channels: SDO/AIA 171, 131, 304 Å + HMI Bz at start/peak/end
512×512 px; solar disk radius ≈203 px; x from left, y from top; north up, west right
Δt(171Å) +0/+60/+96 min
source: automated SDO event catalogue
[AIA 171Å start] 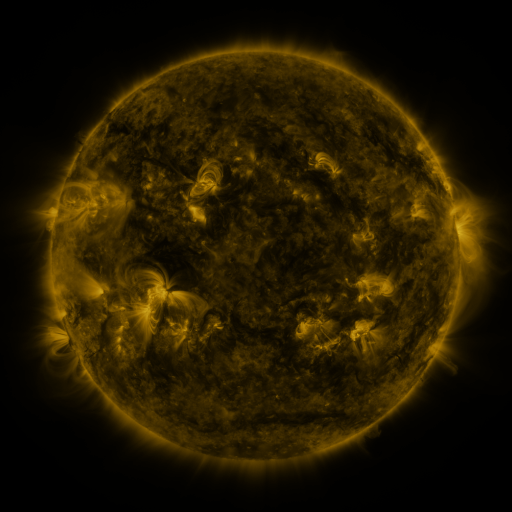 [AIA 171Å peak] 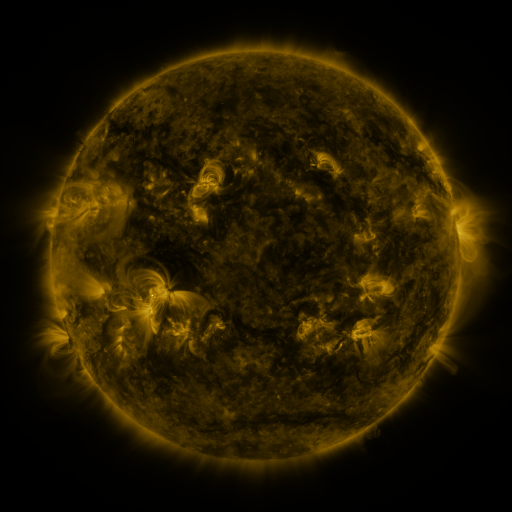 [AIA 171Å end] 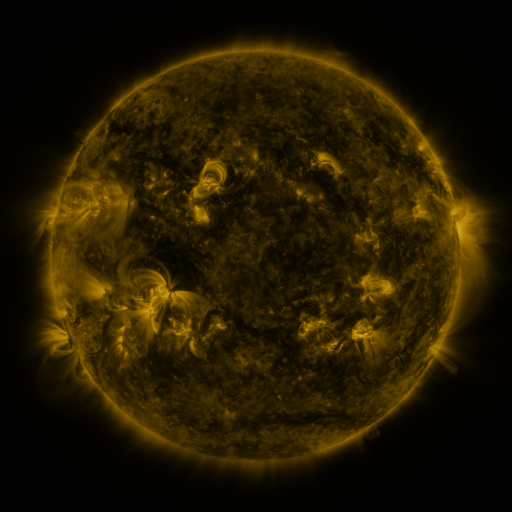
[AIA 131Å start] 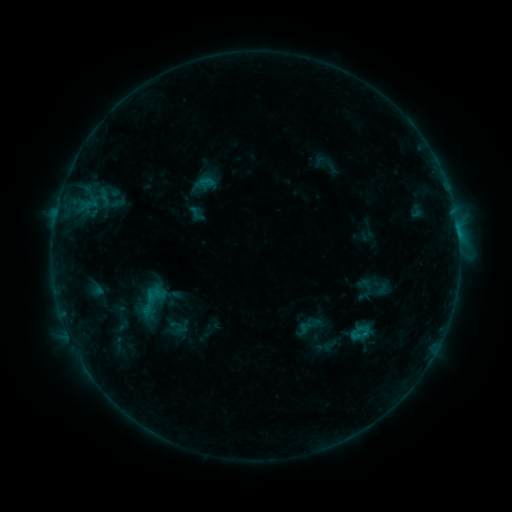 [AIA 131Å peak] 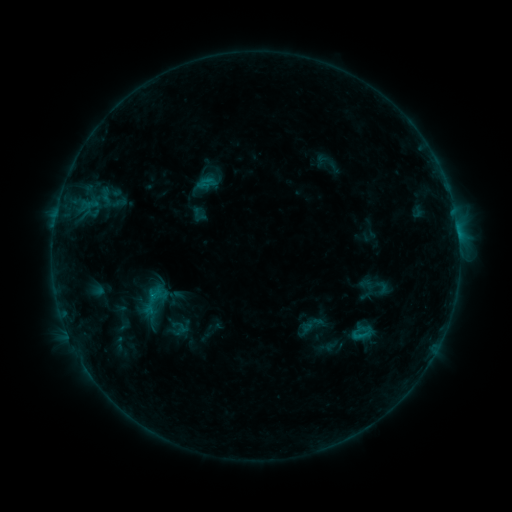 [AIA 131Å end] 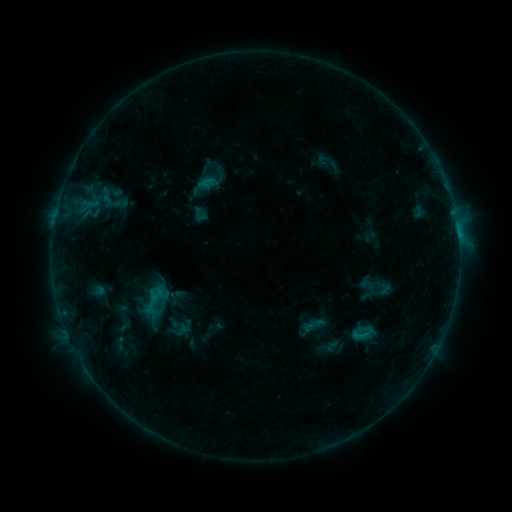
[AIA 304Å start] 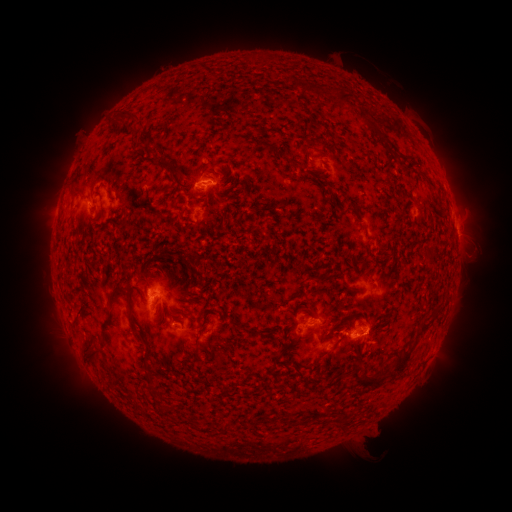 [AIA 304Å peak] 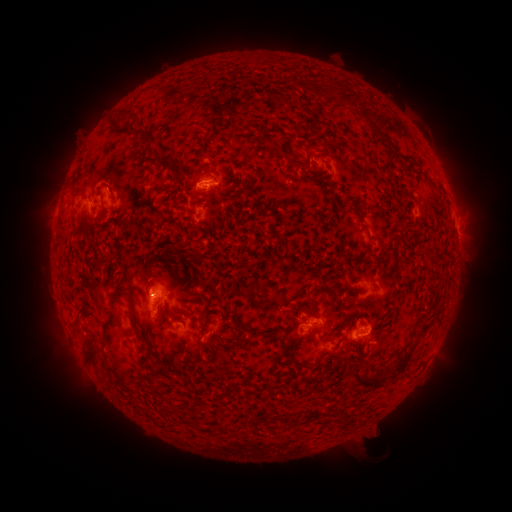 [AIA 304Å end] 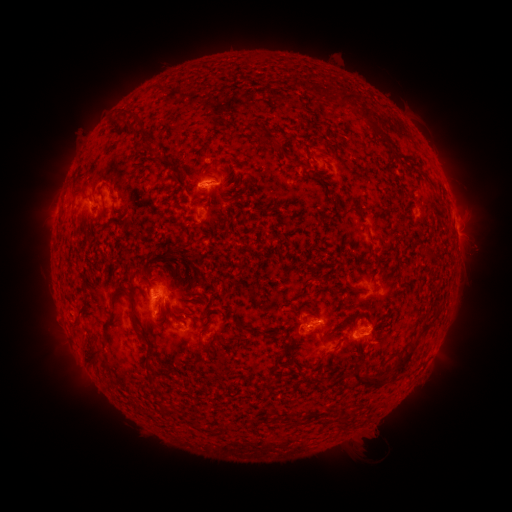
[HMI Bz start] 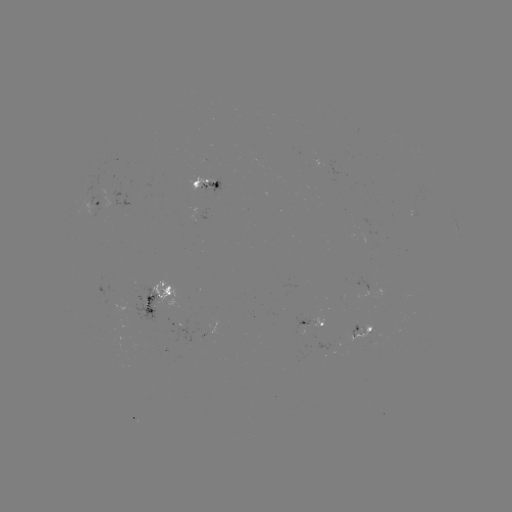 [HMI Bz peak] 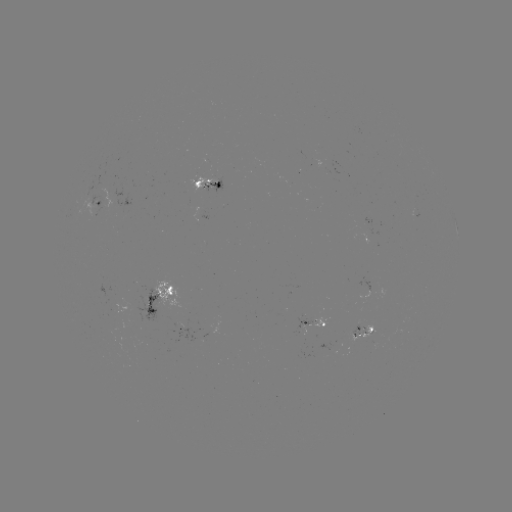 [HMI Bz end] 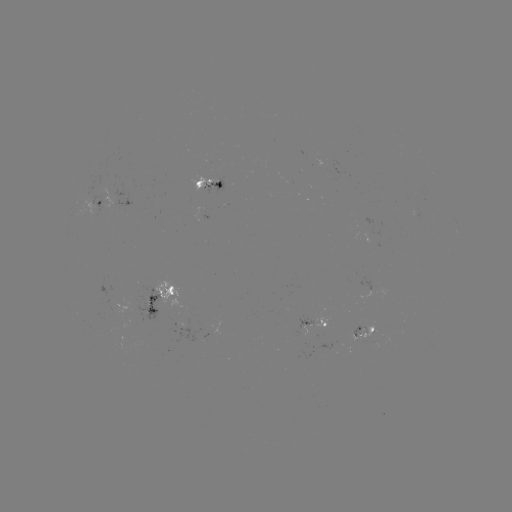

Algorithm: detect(emerging-flux region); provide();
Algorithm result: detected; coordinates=(302, 330)